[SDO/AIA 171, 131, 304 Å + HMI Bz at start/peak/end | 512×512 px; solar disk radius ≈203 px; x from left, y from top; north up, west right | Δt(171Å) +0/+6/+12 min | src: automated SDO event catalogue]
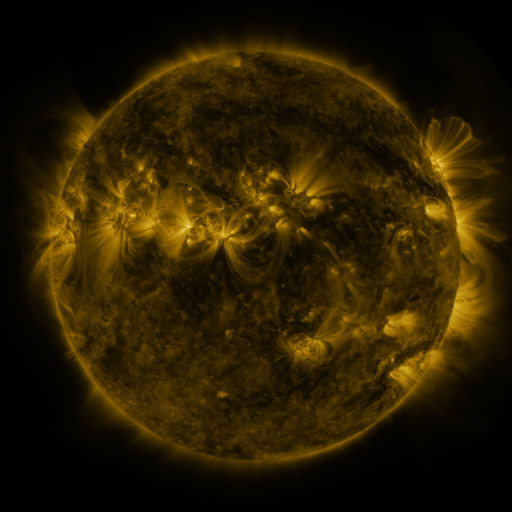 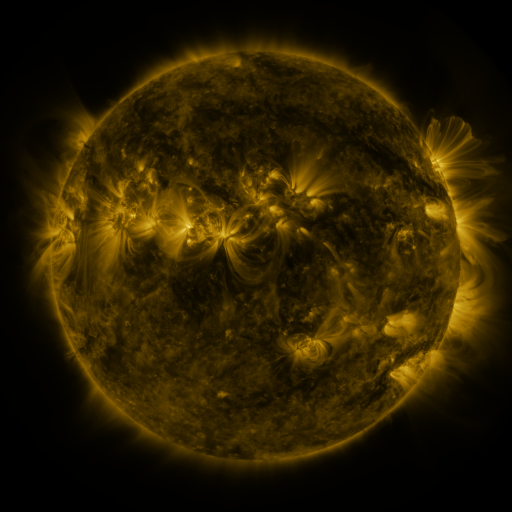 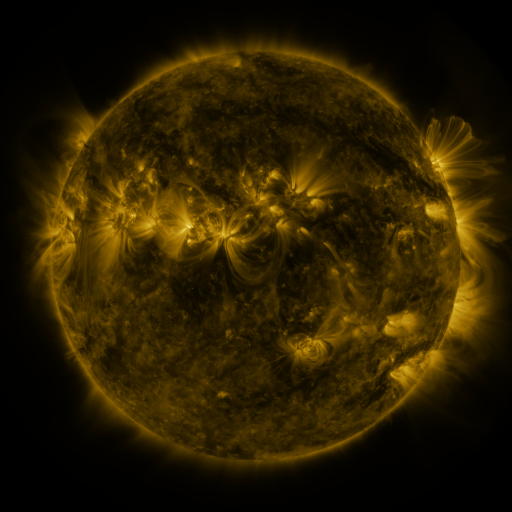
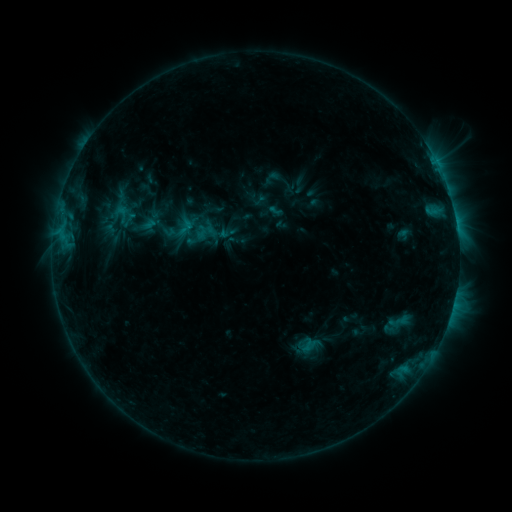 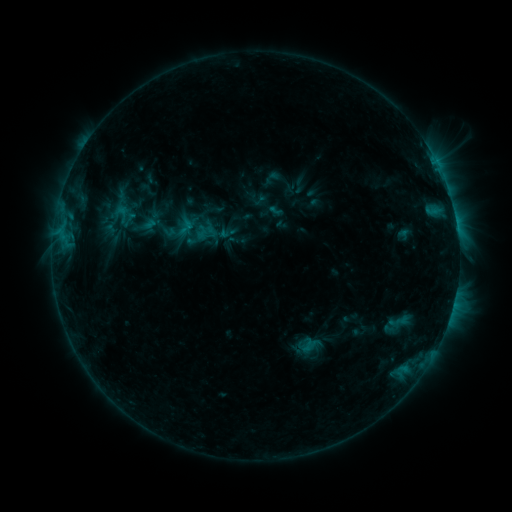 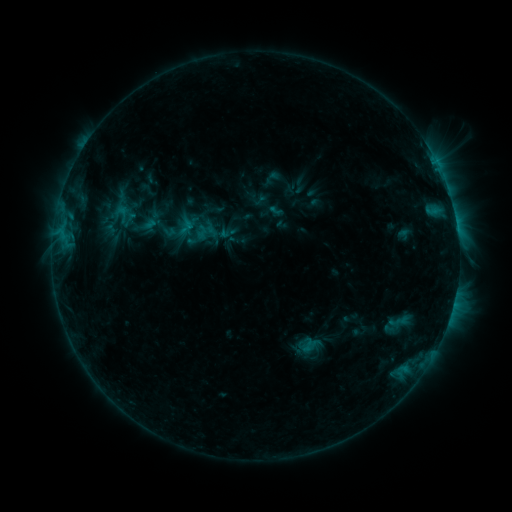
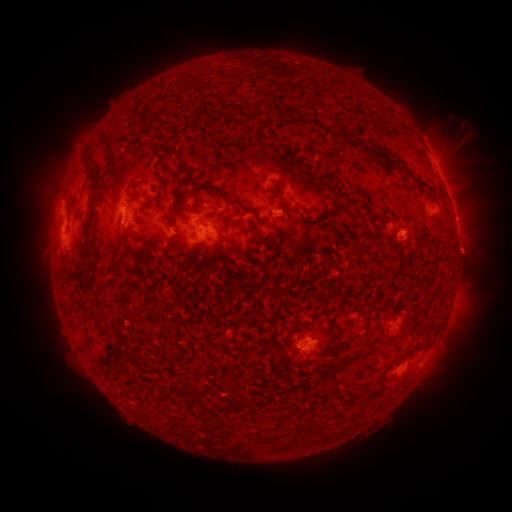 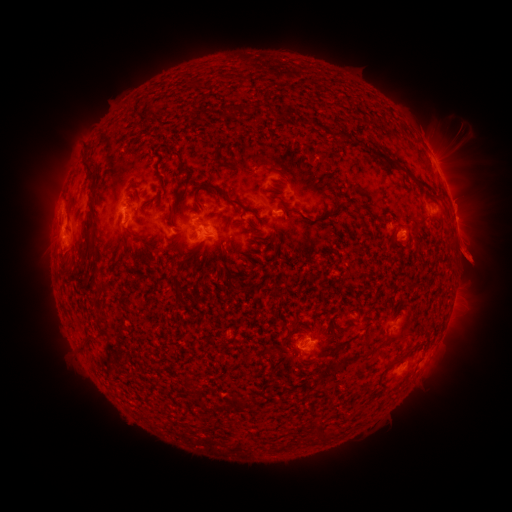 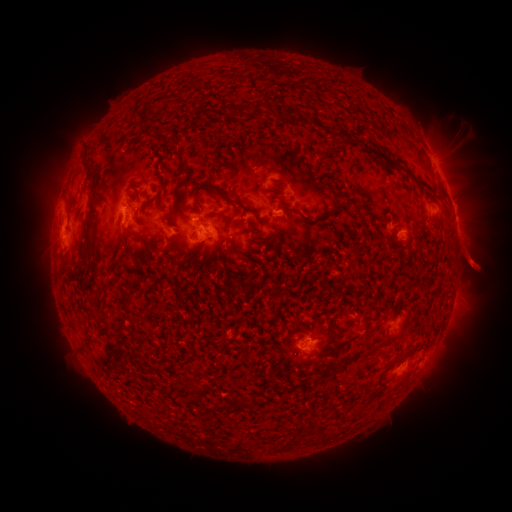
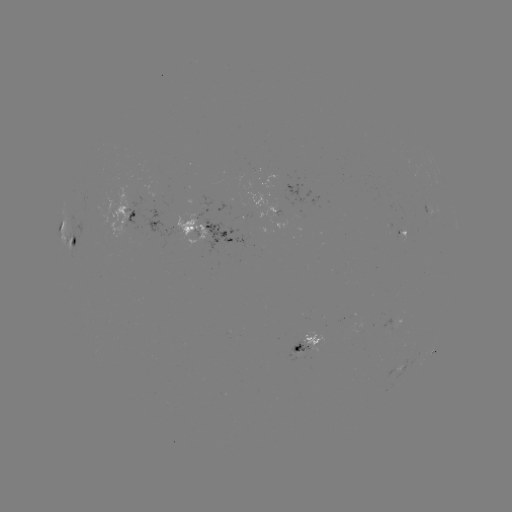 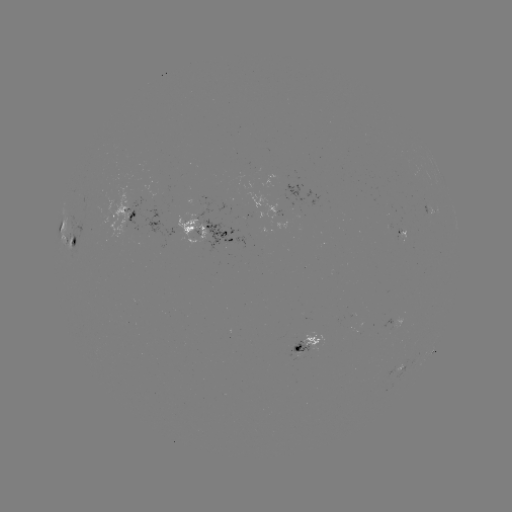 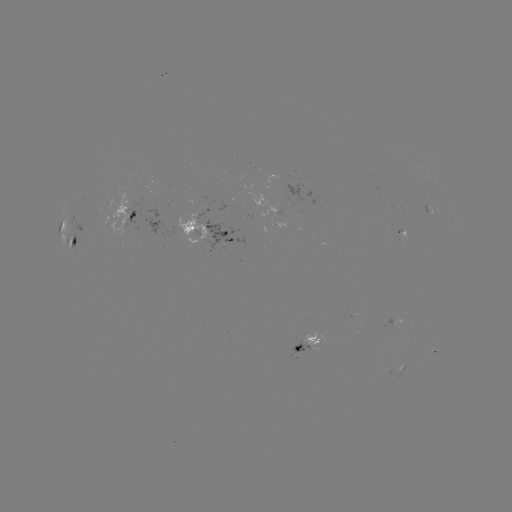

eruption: [441, 224, 504, 289]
